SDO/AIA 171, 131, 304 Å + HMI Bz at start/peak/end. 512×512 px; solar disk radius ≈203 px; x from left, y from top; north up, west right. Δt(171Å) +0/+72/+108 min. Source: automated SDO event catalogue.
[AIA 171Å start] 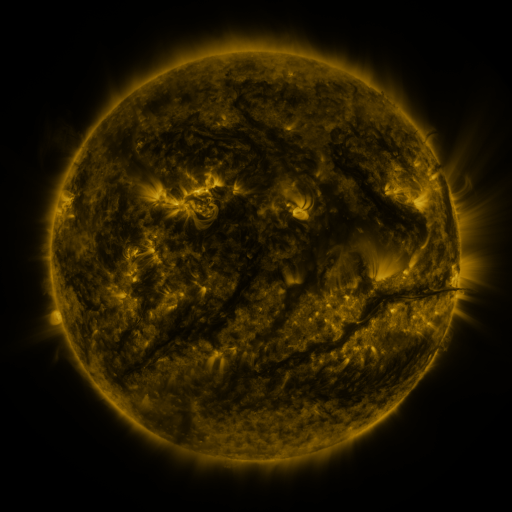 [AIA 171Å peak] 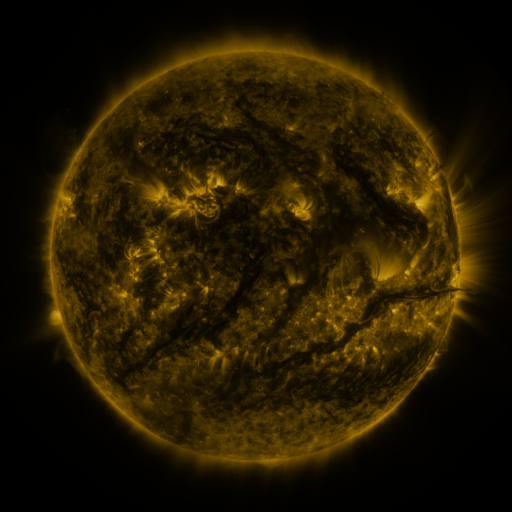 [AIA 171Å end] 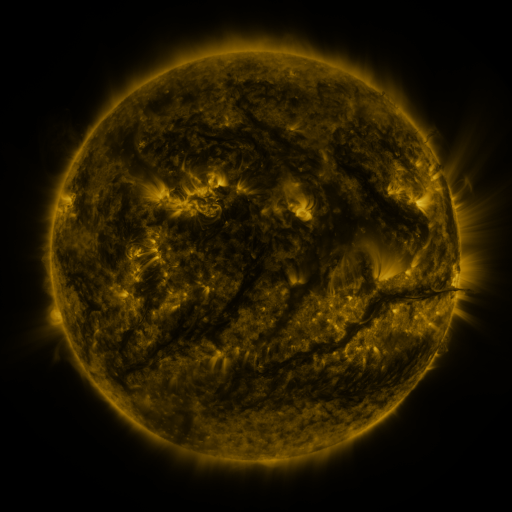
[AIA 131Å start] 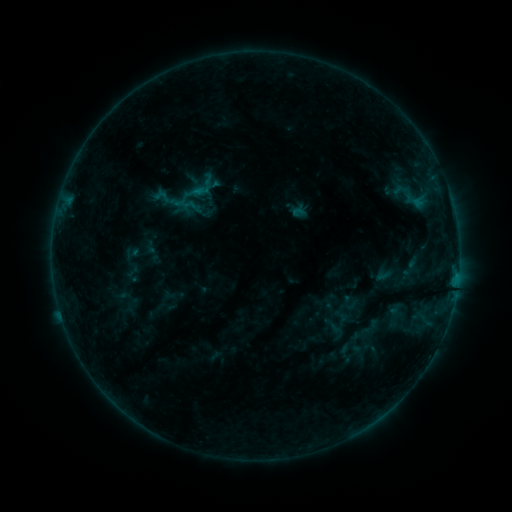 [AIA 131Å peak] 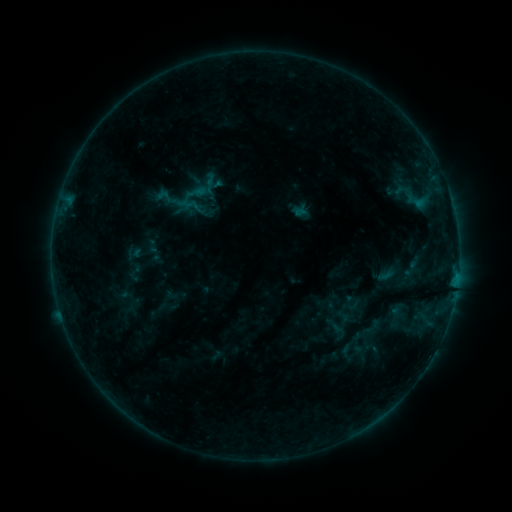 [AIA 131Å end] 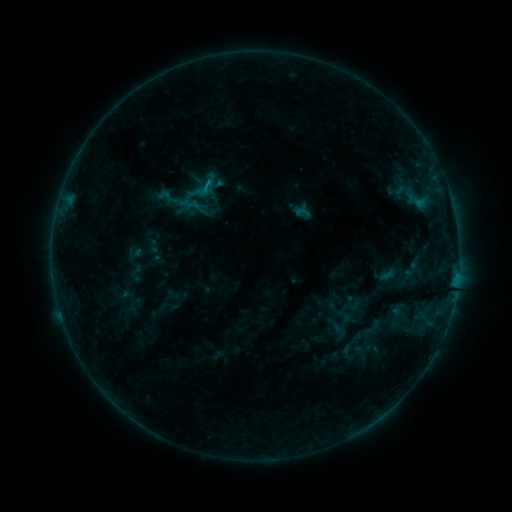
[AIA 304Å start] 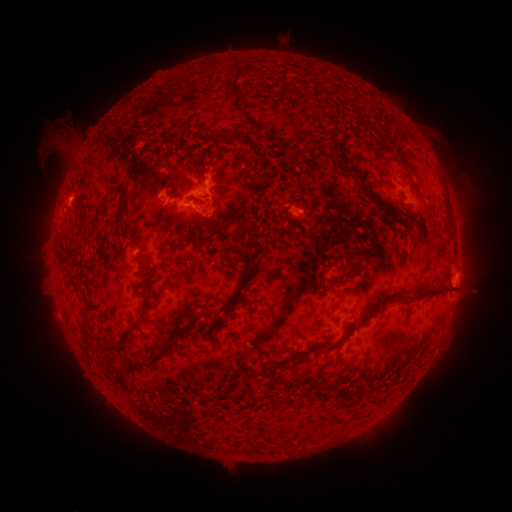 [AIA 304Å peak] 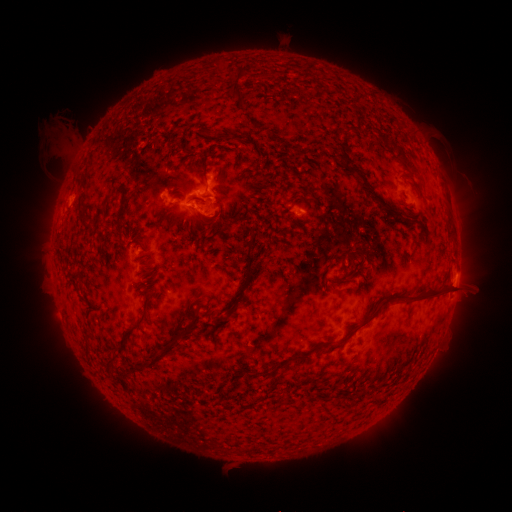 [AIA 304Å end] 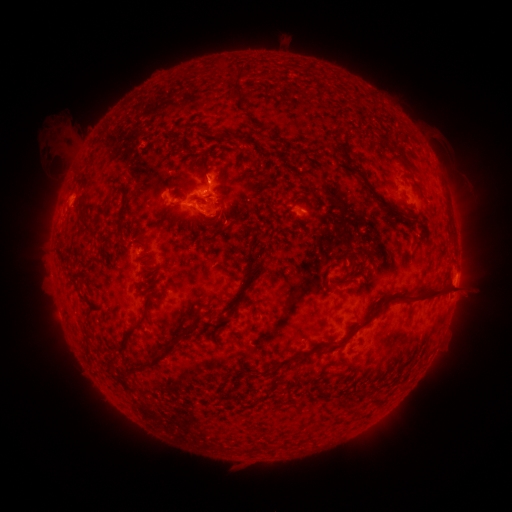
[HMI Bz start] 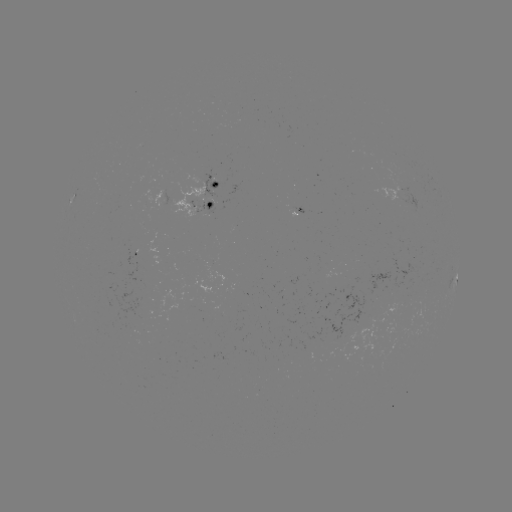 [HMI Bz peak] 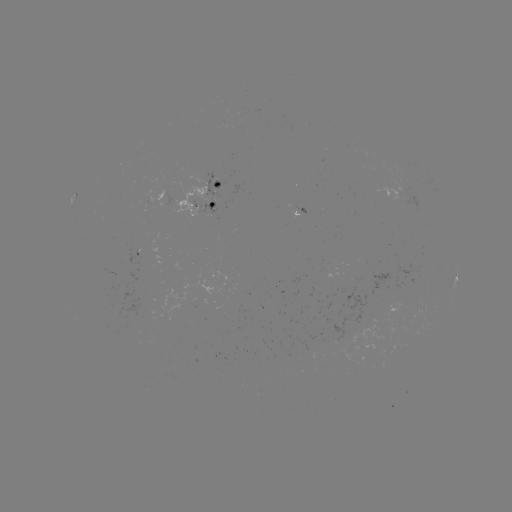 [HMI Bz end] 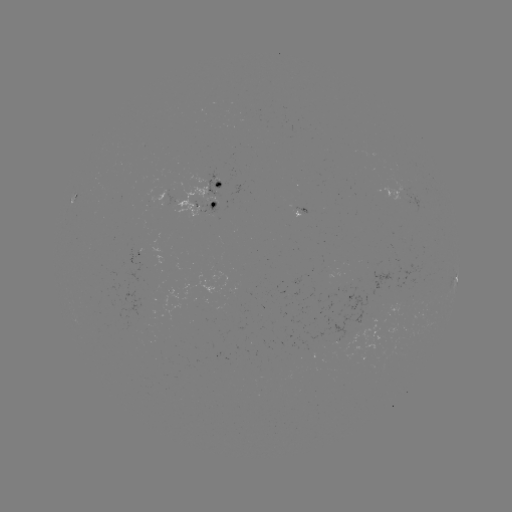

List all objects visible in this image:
emerging-flux region: (203, 305)
